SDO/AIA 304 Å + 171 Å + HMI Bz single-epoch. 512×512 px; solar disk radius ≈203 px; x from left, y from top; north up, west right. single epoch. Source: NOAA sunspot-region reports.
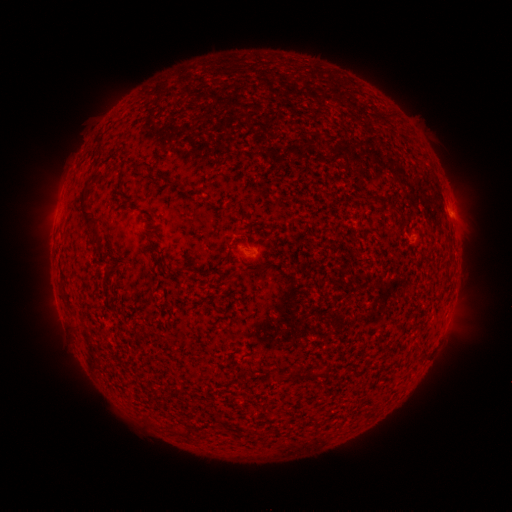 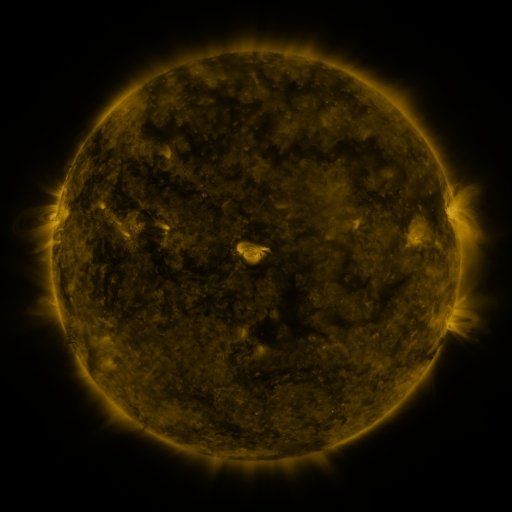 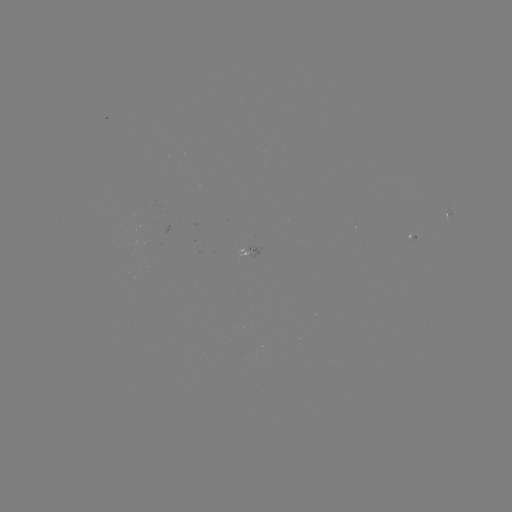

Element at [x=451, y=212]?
spotted active region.